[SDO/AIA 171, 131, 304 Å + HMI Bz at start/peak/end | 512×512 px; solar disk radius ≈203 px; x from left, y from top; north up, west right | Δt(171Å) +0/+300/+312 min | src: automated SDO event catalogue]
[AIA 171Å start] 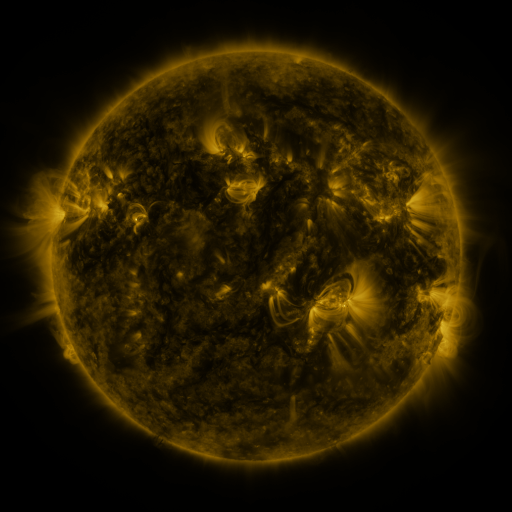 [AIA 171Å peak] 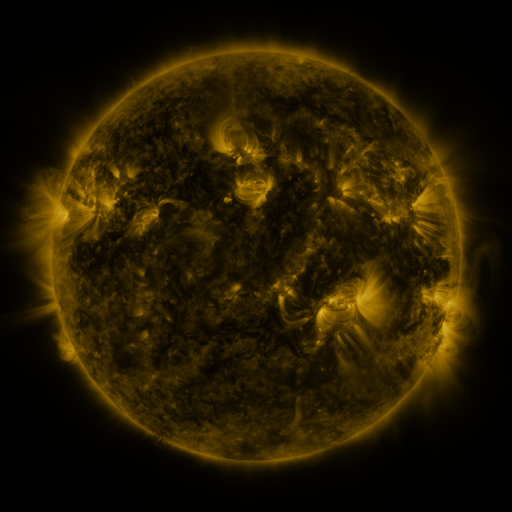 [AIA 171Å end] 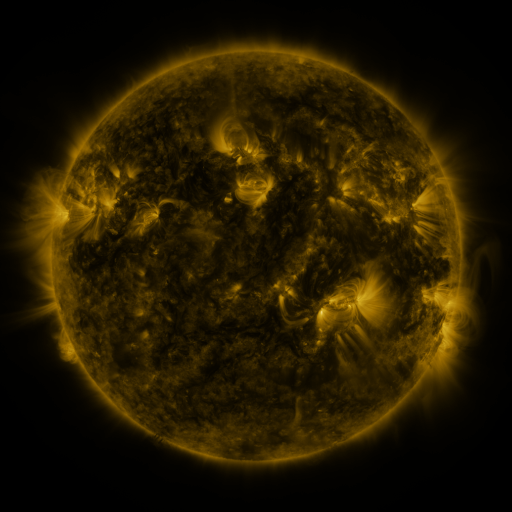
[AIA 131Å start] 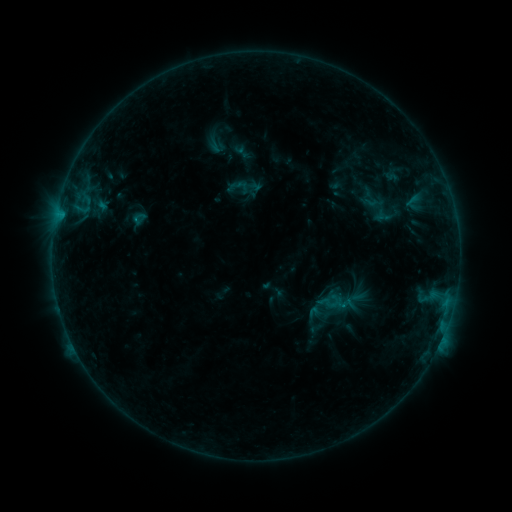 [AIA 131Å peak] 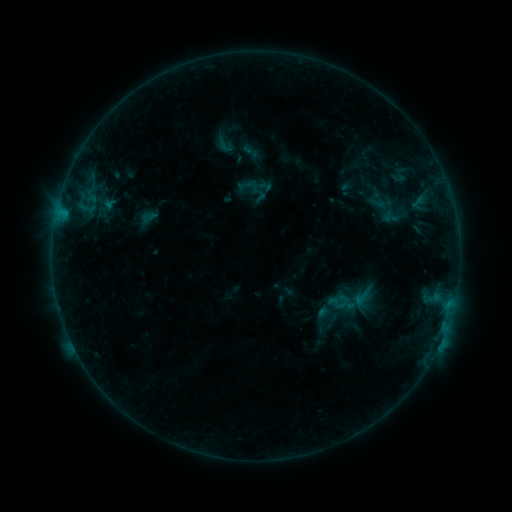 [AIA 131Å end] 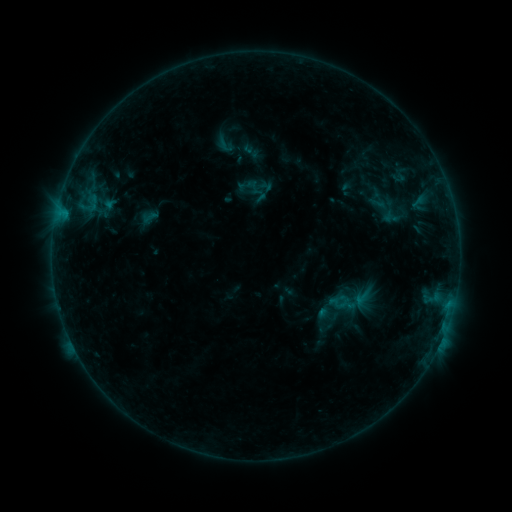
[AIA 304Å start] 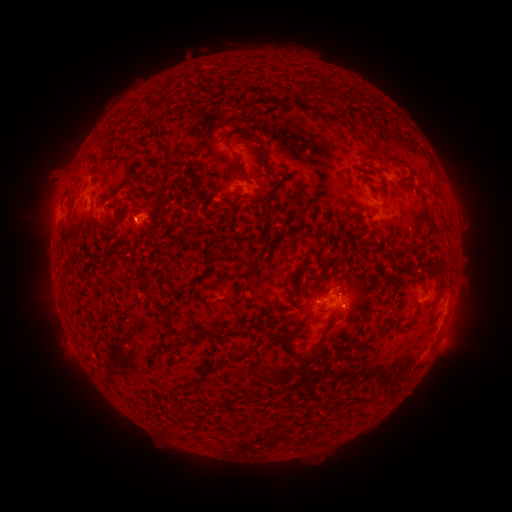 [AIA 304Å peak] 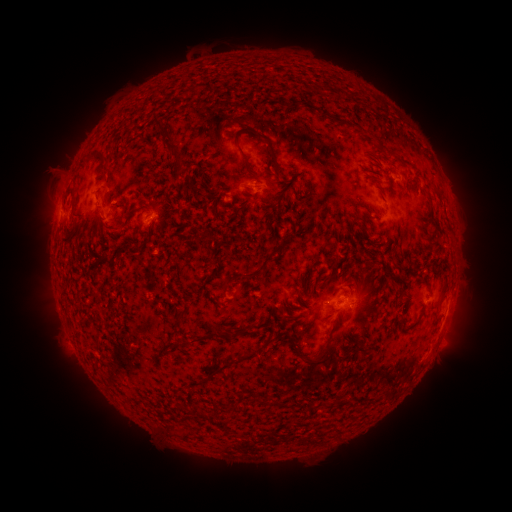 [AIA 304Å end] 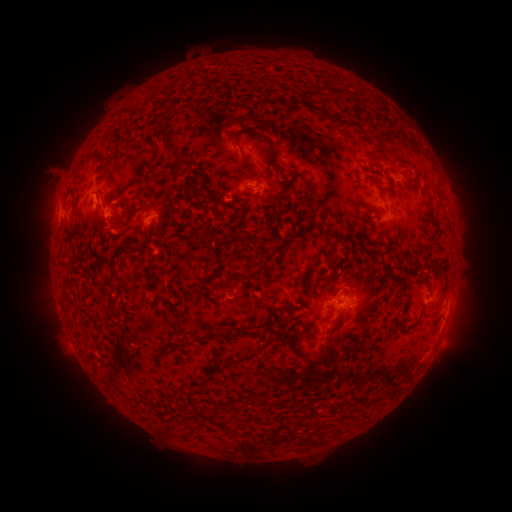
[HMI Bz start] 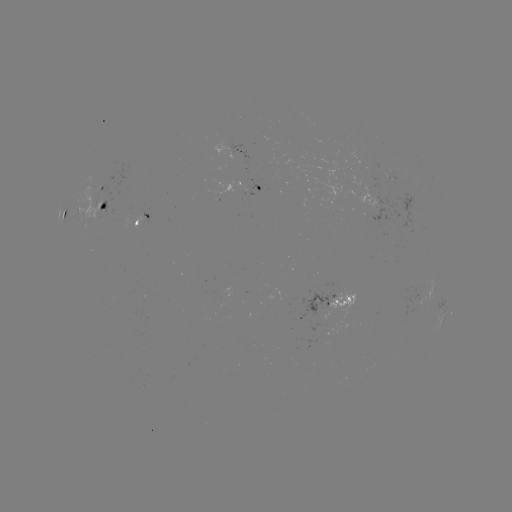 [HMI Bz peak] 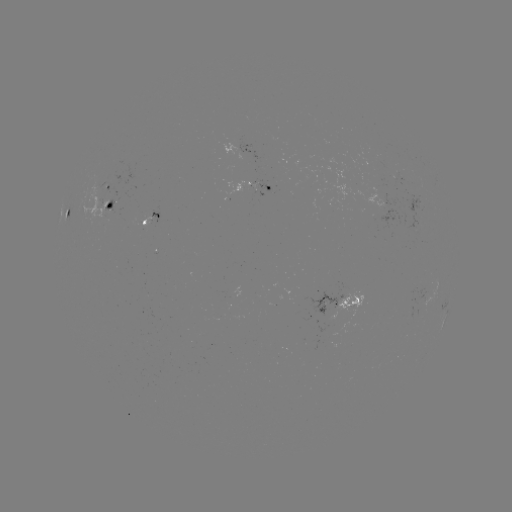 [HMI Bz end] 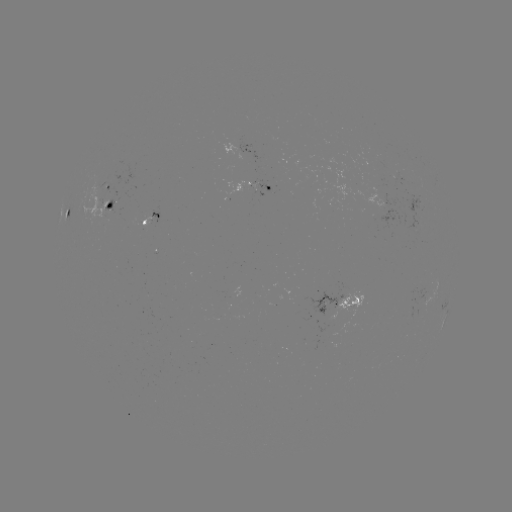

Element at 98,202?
emerging-flux region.